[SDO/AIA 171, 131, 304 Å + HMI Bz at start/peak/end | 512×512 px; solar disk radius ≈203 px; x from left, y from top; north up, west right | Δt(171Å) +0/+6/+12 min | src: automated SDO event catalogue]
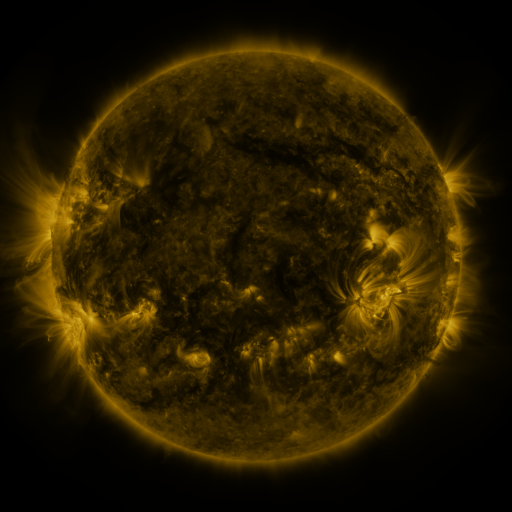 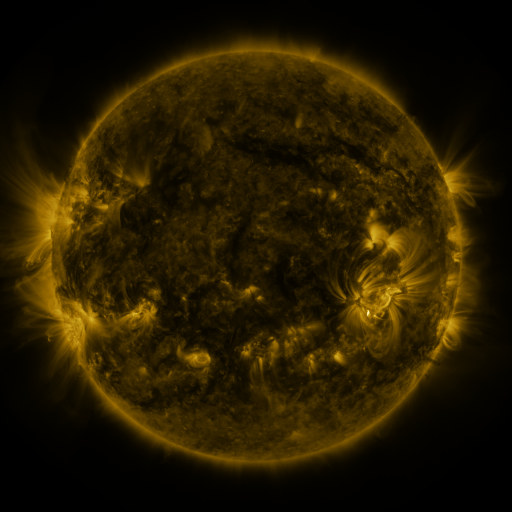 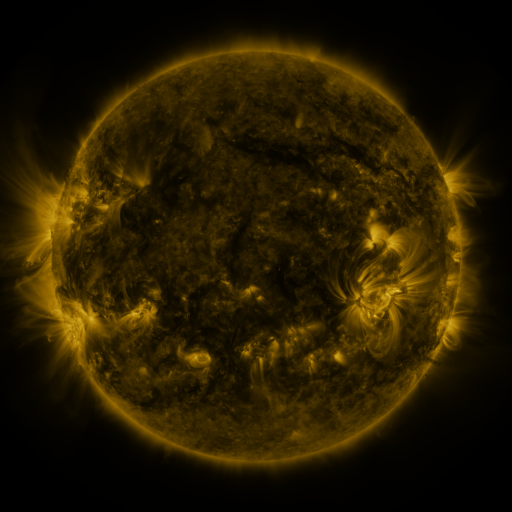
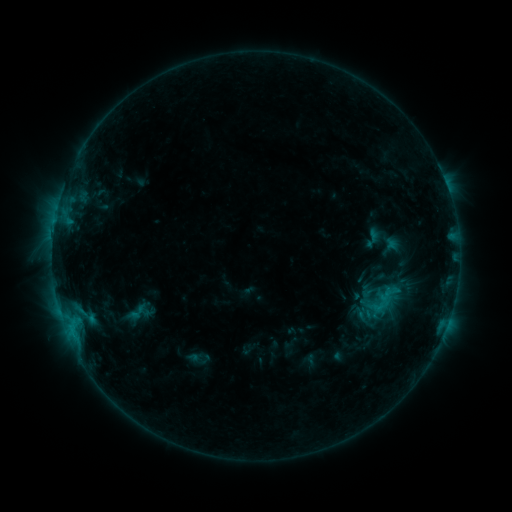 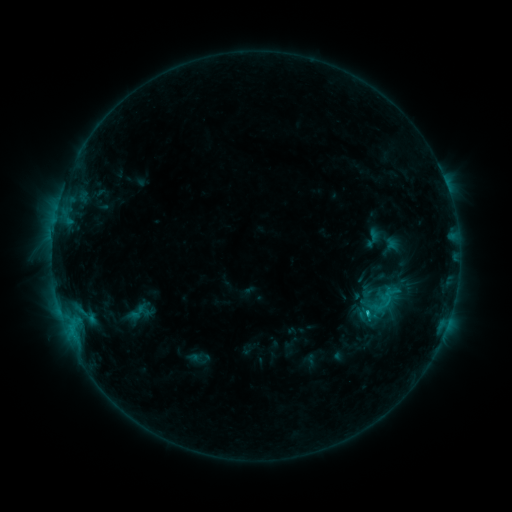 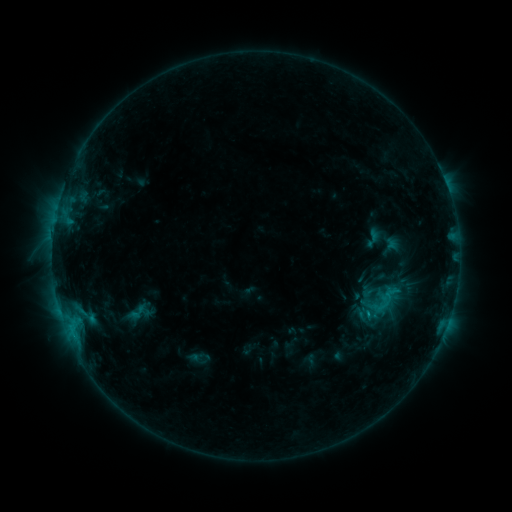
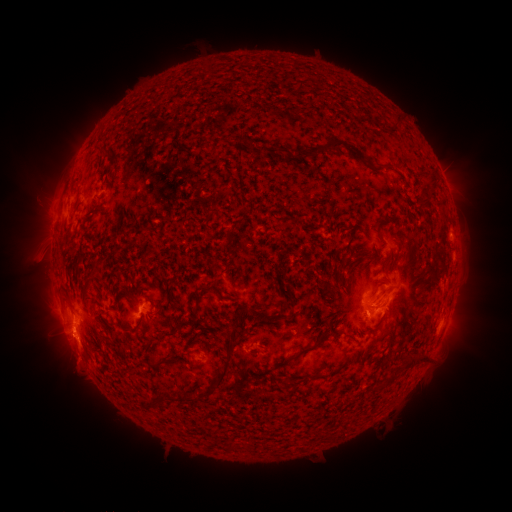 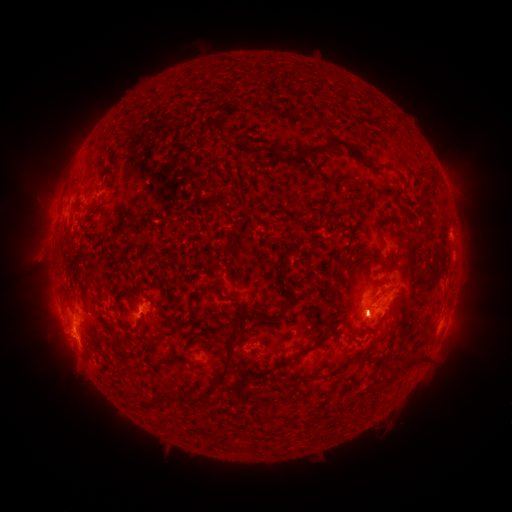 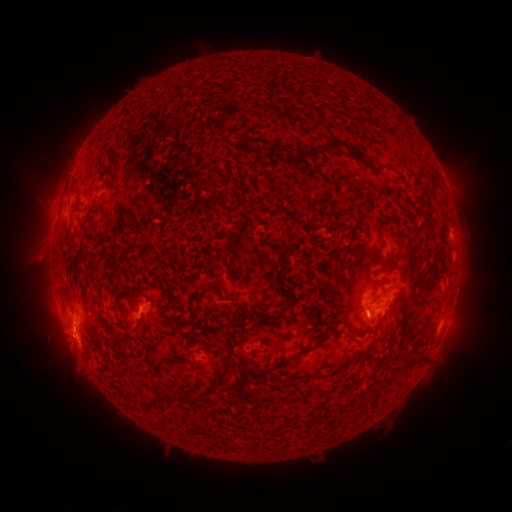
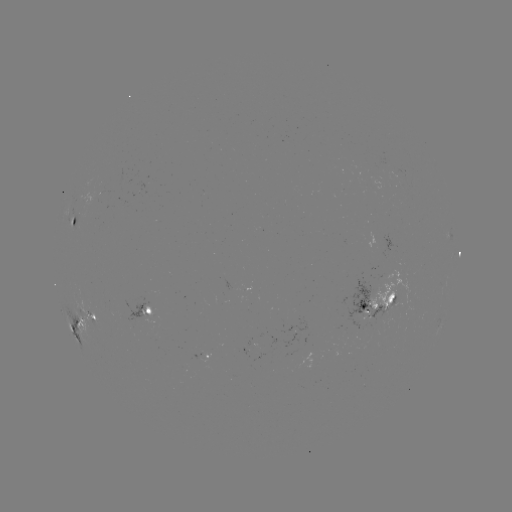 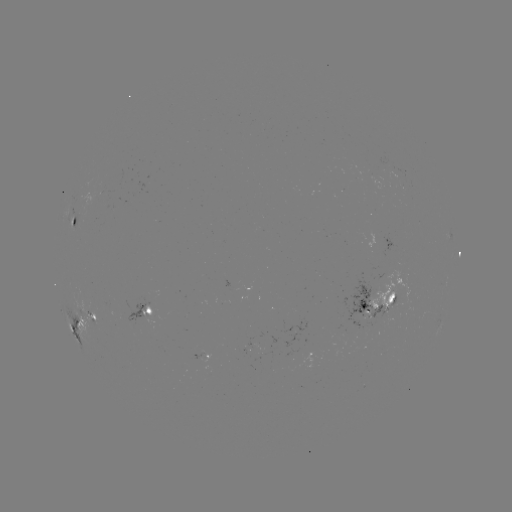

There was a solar flare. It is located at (366, 314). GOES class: C1.9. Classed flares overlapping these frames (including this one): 1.